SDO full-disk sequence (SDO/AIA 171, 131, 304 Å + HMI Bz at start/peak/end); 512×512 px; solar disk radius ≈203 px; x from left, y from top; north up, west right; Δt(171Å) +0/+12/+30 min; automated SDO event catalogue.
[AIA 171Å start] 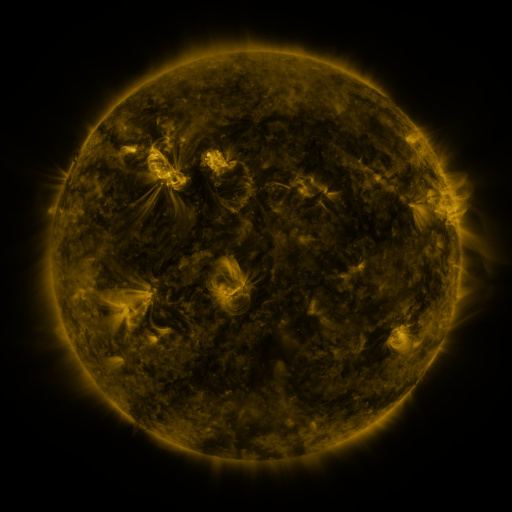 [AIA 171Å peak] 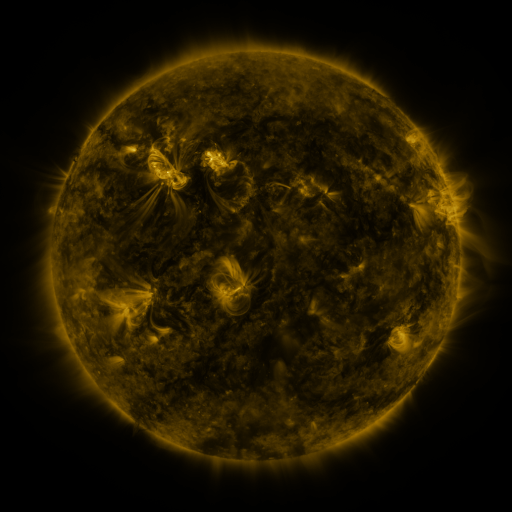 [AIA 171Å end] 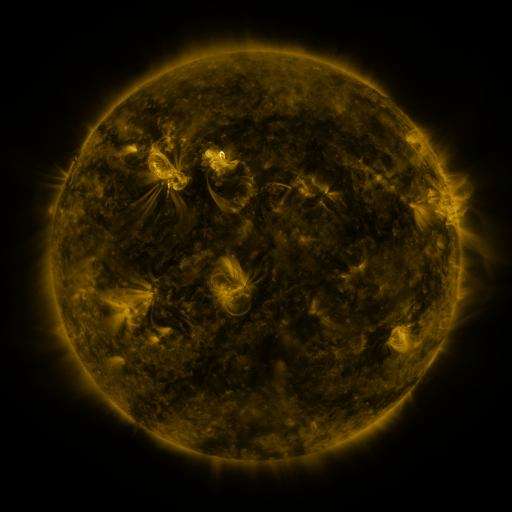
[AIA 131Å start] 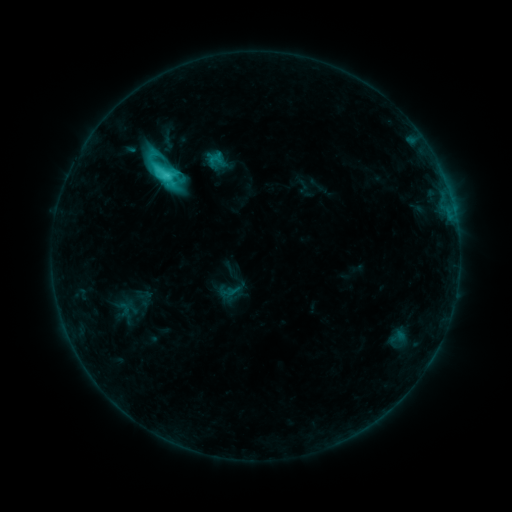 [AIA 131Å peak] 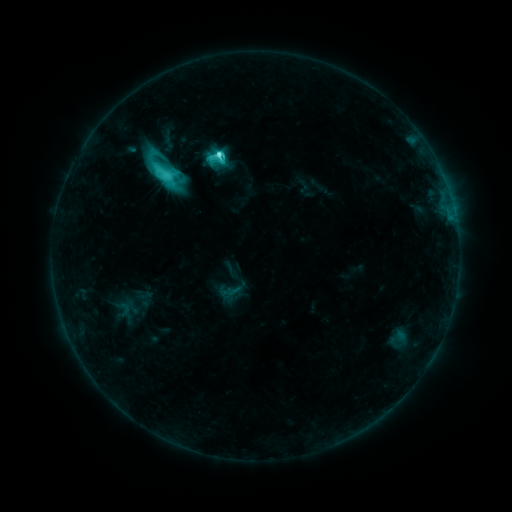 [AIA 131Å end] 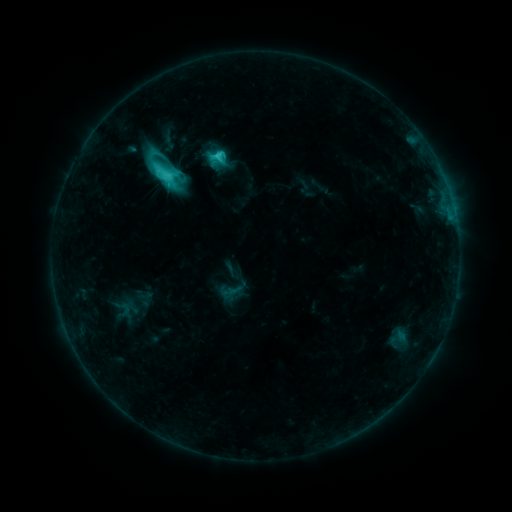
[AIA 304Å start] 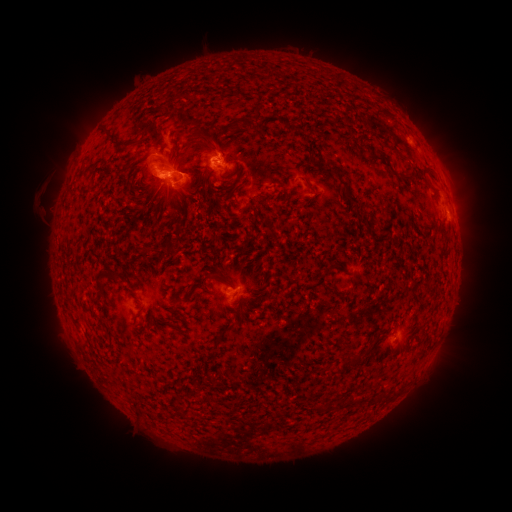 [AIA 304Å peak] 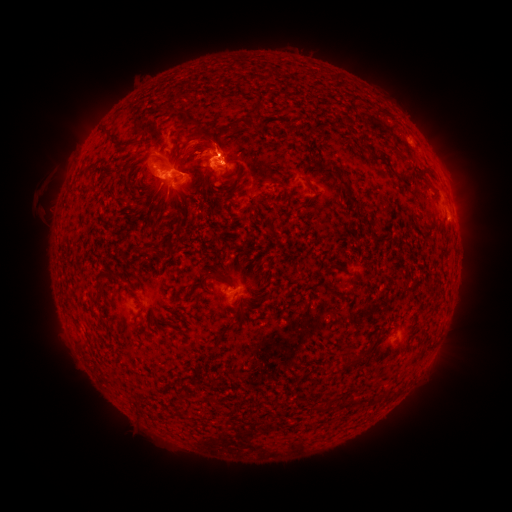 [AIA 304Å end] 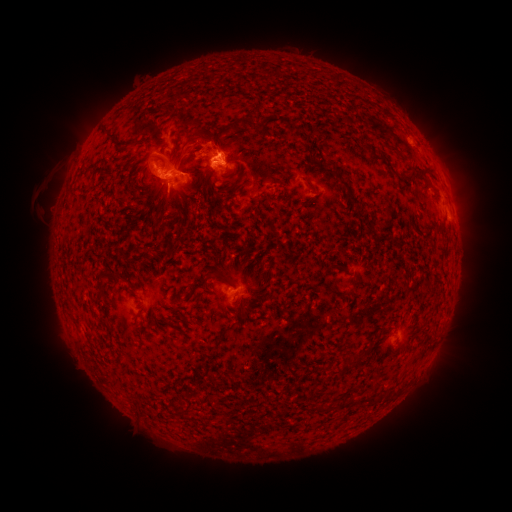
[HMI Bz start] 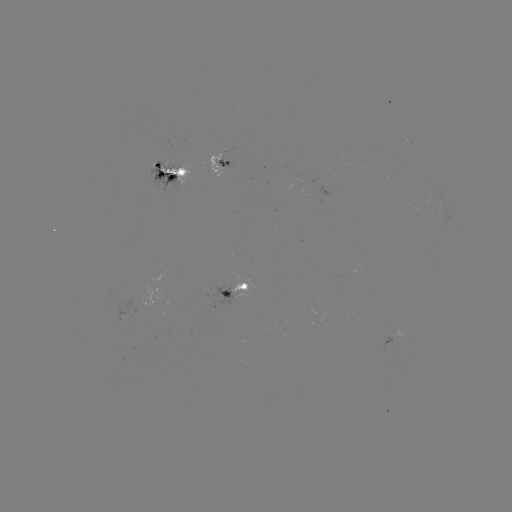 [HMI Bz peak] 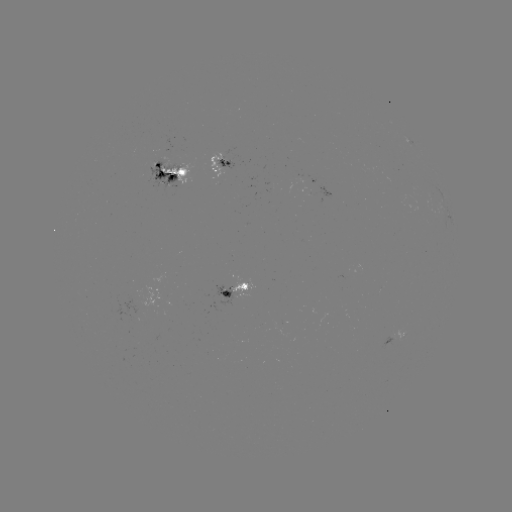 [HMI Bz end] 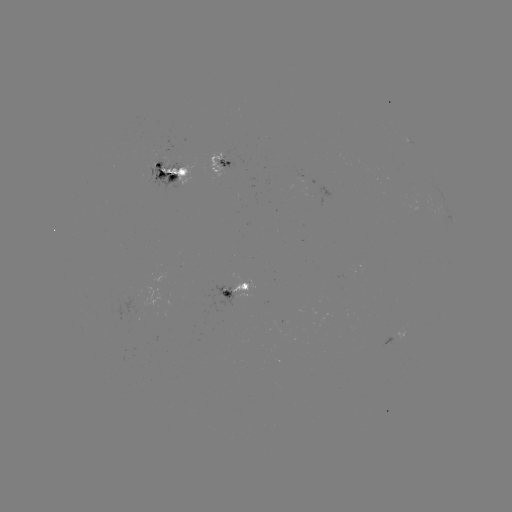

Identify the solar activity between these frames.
C8.3 flare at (219, 156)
